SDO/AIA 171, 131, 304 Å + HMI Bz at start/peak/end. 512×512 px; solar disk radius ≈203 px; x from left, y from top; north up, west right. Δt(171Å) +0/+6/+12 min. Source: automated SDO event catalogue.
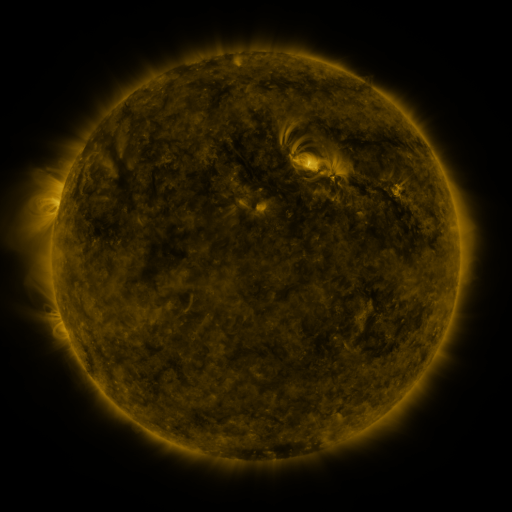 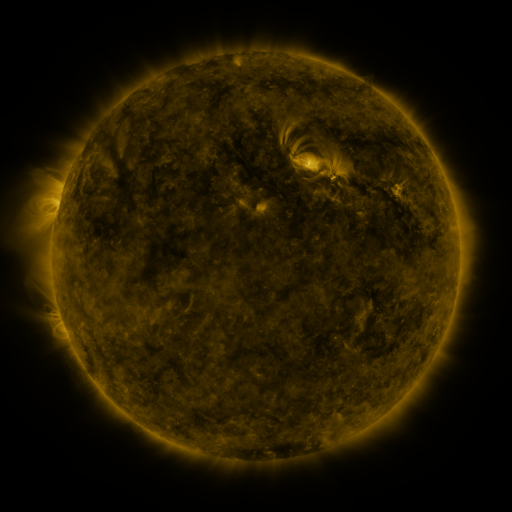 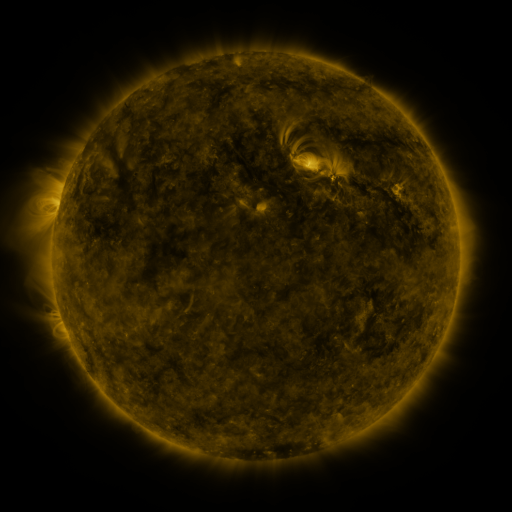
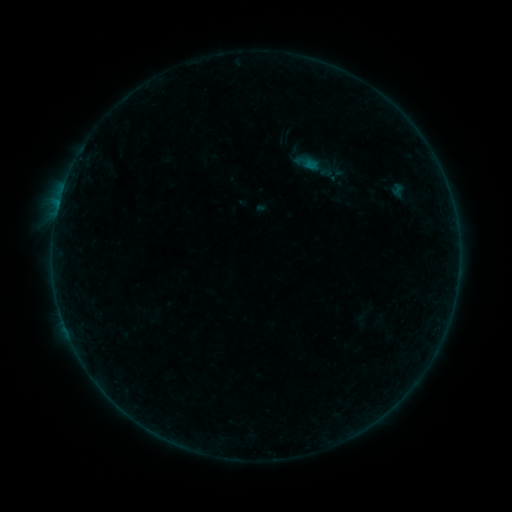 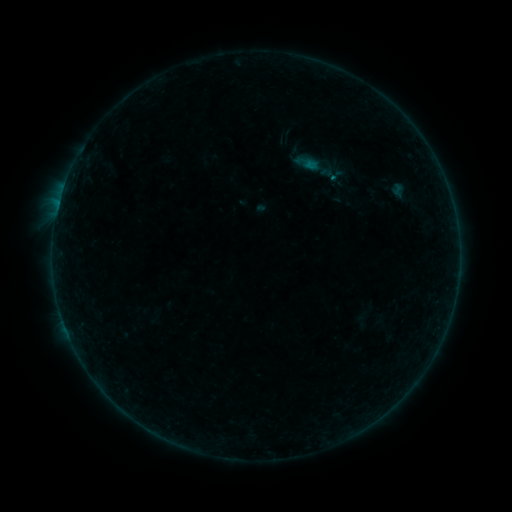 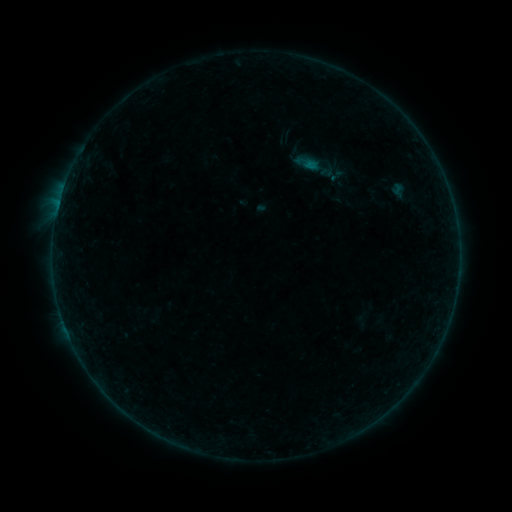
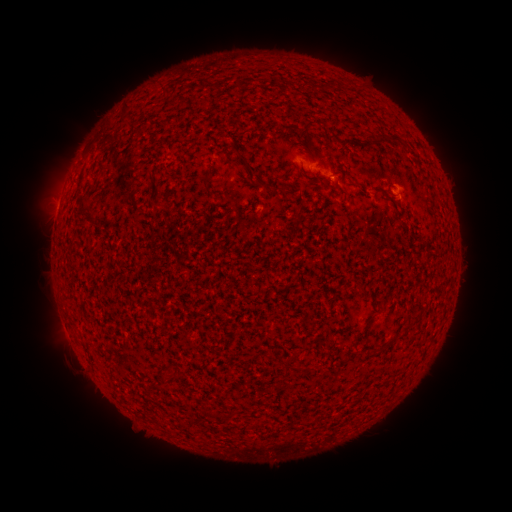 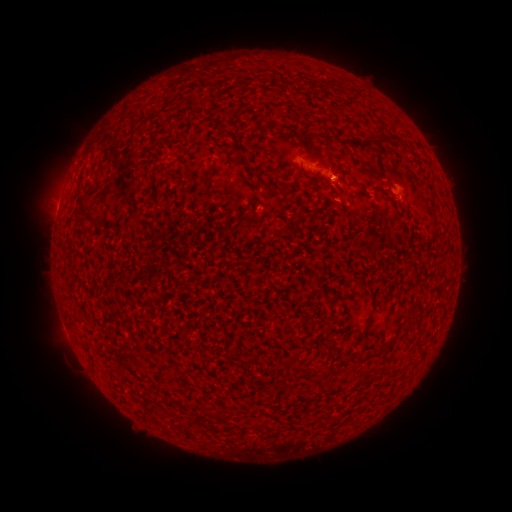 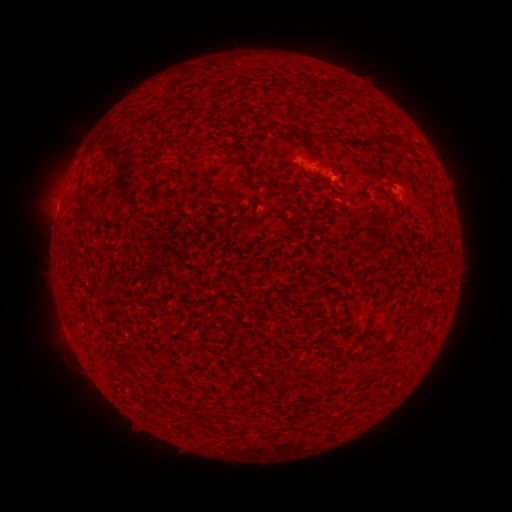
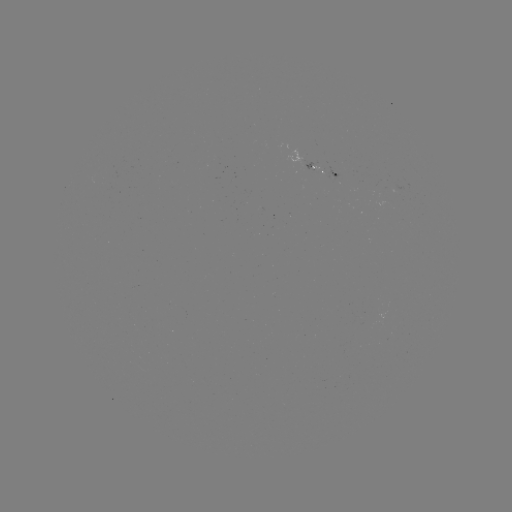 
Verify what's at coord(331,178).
B1.3 flare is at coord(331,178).